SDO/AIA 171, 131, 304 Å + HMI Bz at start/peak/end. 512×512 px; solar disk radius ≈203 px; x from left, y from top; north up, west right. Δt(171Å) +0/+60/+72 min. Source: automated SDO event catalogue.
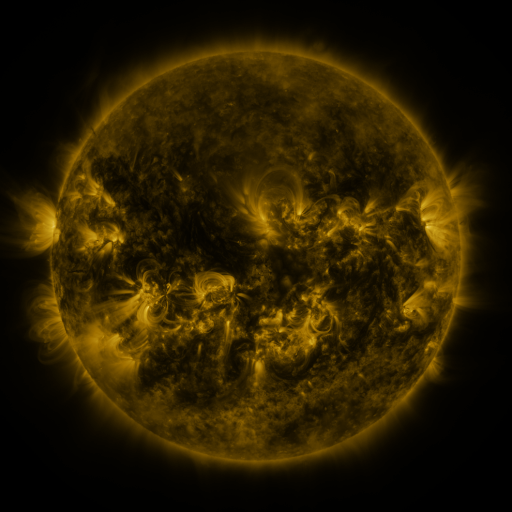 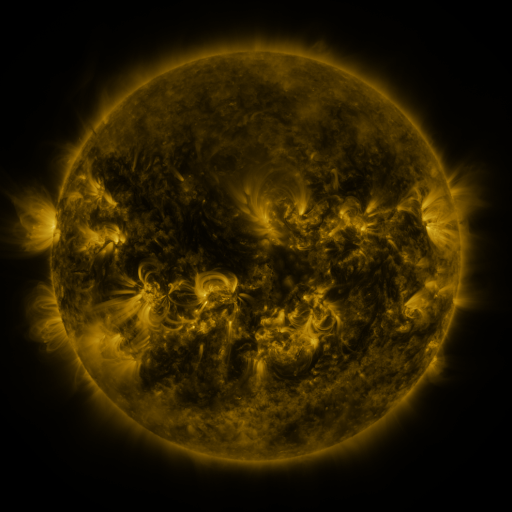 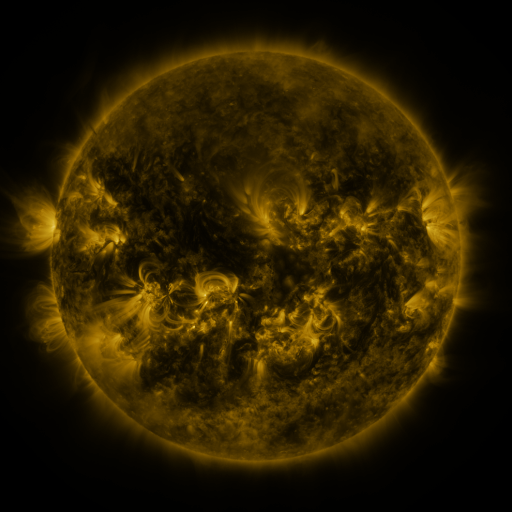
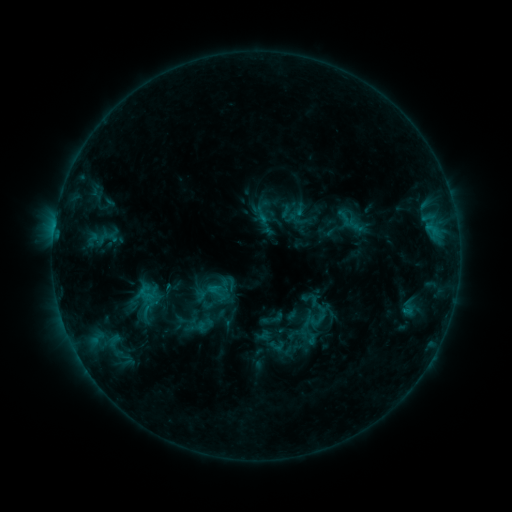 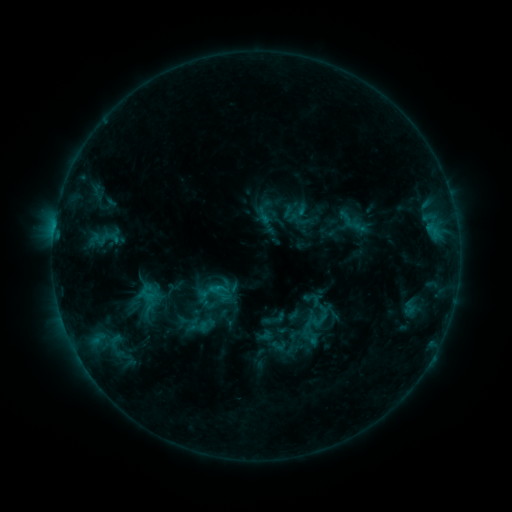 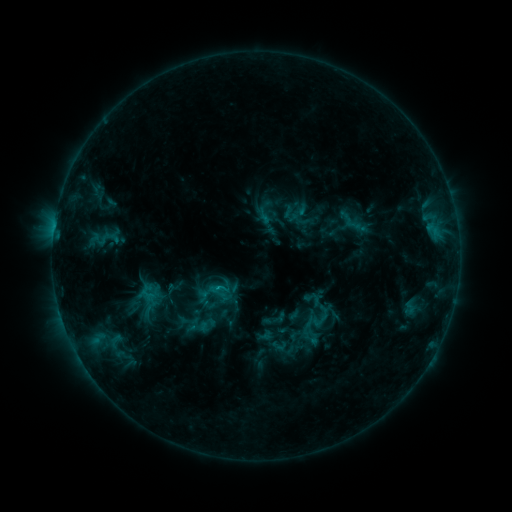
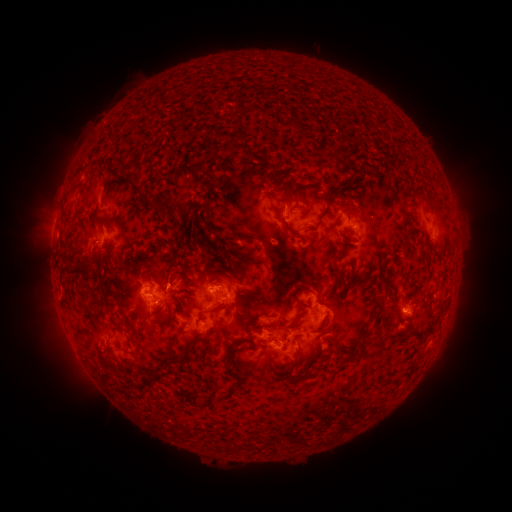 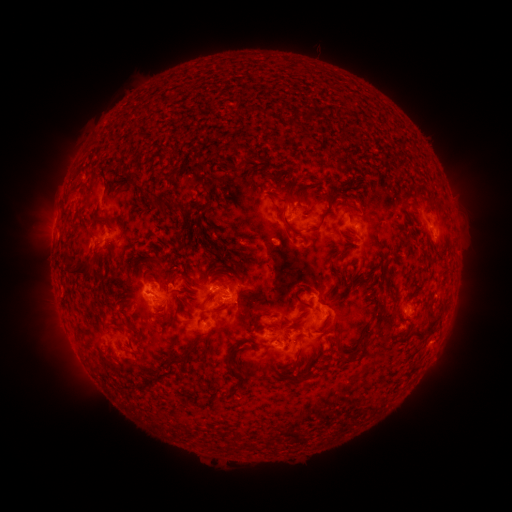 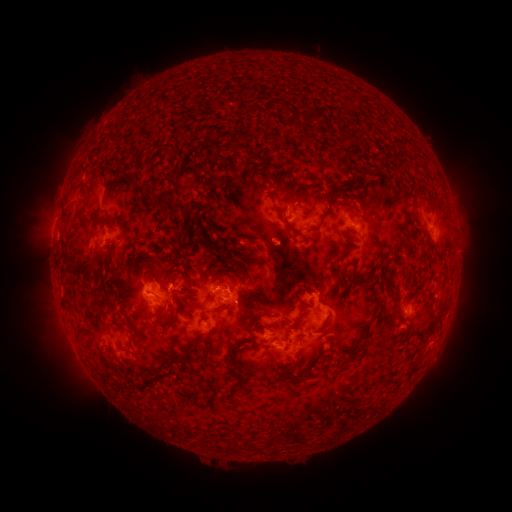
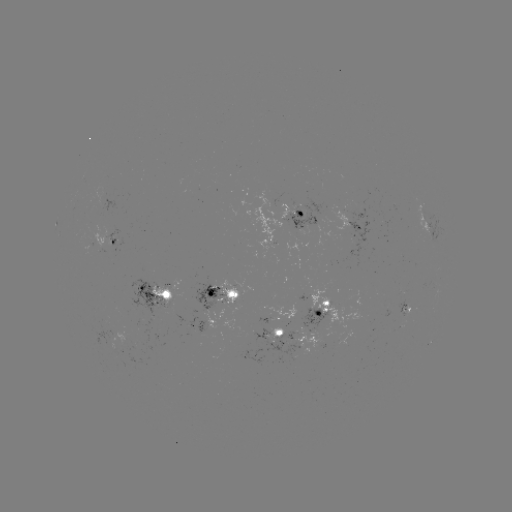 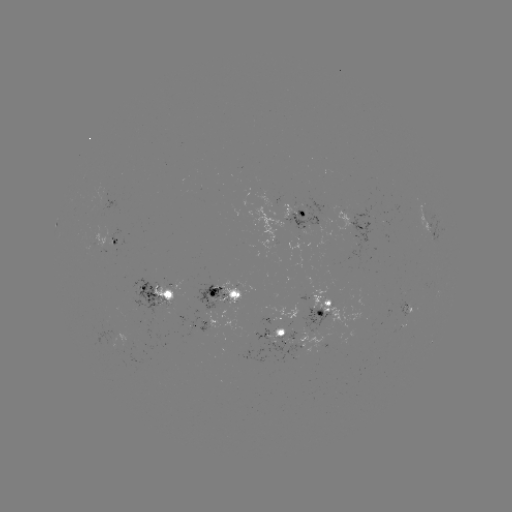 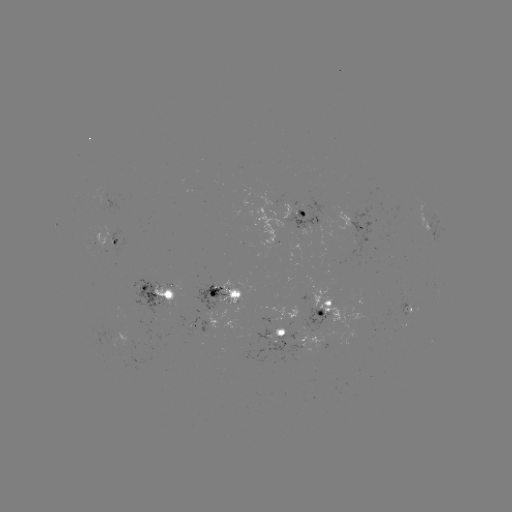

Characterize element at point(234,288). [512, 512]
emerging-flux region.